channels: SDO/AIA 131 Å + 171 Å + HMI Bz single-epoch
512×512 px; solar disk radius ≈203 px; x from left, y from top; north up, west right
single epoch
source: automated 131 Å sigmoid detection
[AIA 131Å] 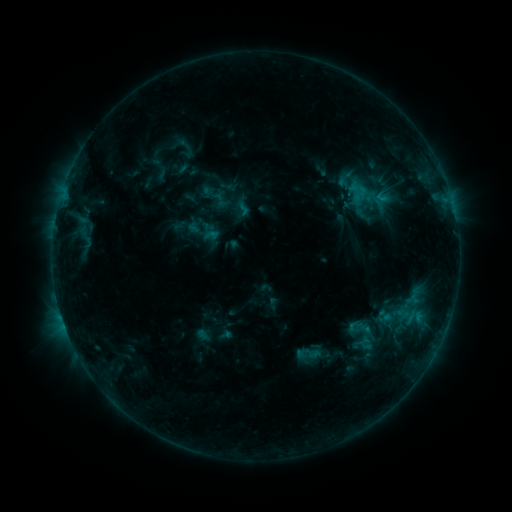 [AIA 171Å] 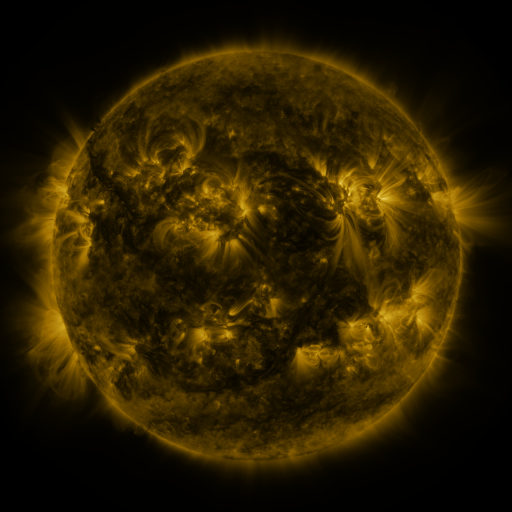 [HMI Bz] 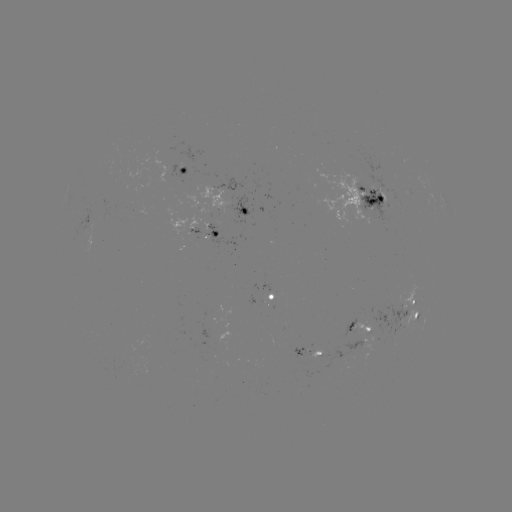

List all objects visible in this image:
sigmoid: [175, 135, 196, 157]
sigmoid: [211, 191, 228, 208]
